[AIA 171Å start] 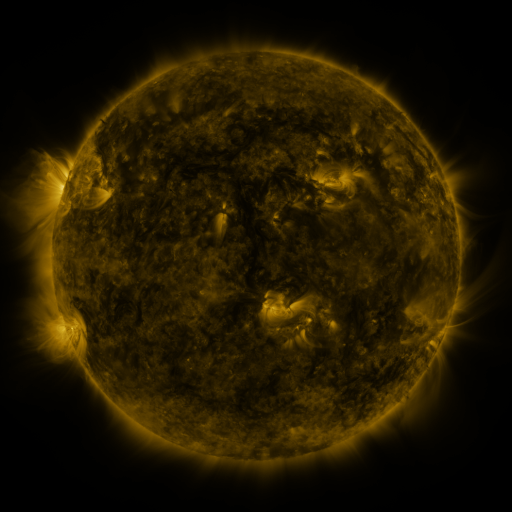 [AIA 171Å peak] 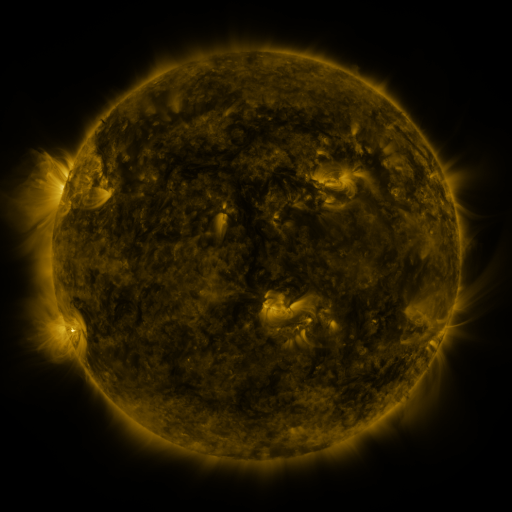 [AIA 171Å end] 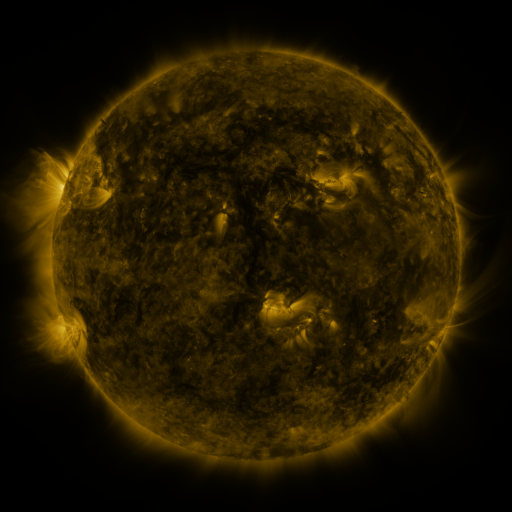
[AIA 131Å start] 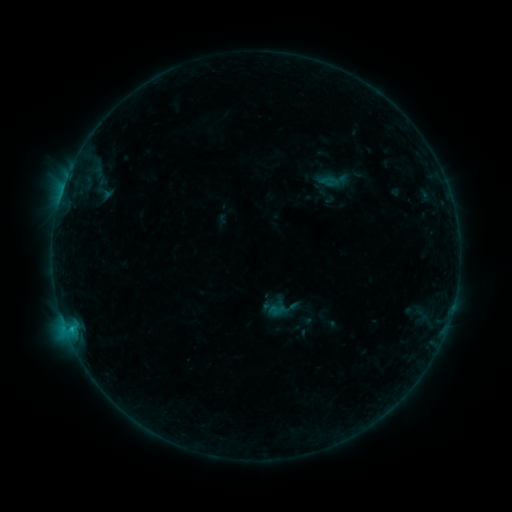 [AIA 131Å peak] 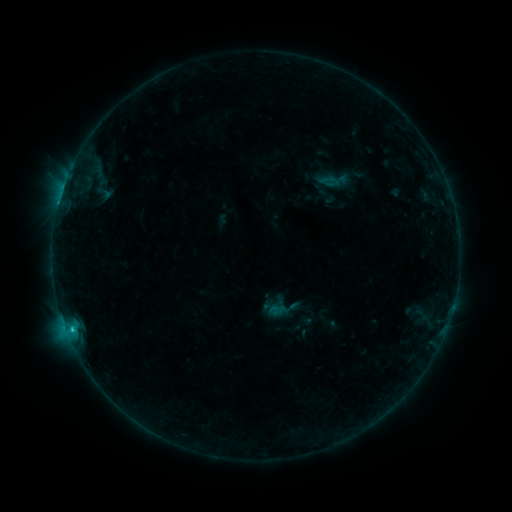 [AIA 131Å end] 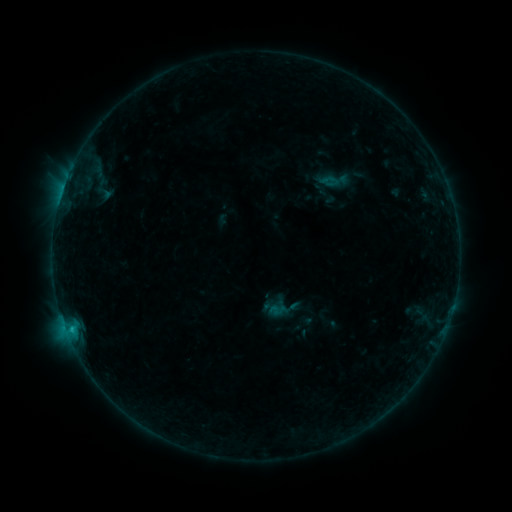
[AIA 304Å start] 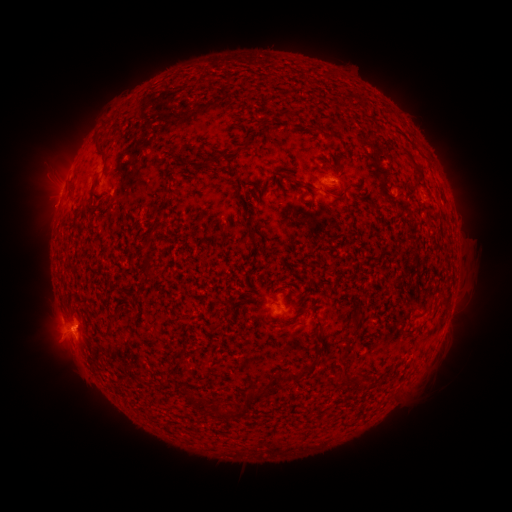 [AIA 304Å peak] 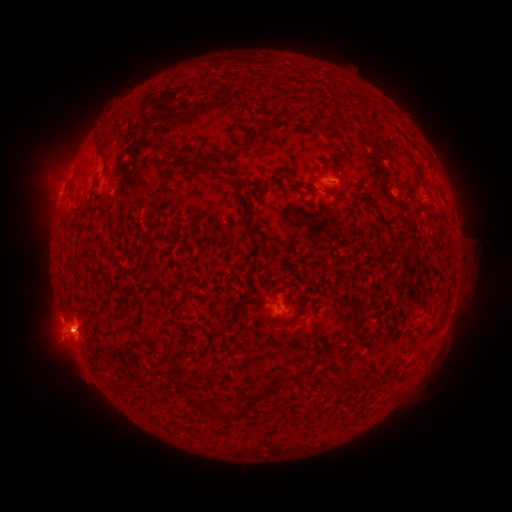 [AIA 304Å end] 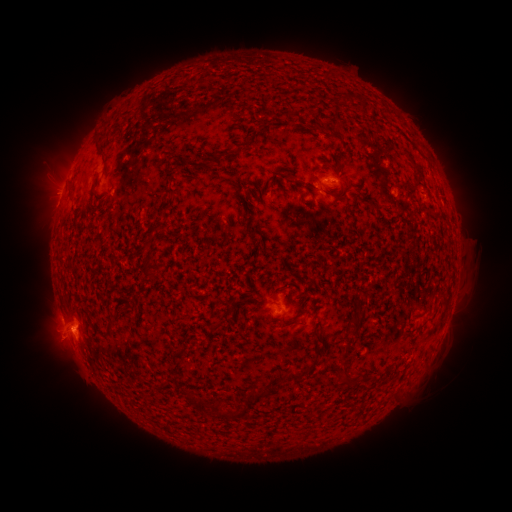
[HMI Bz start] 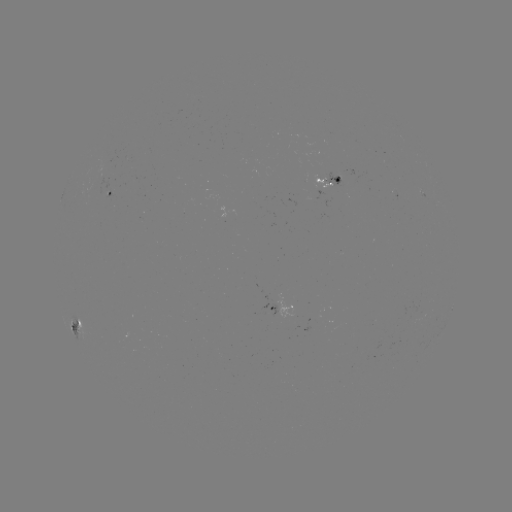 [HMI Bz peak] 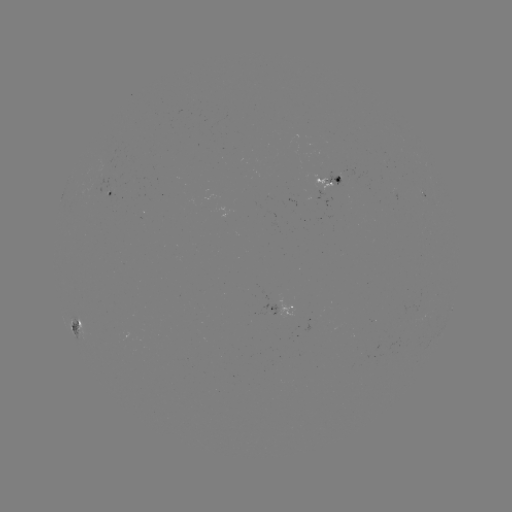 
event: flare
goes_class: C1.0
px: (58, 206)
